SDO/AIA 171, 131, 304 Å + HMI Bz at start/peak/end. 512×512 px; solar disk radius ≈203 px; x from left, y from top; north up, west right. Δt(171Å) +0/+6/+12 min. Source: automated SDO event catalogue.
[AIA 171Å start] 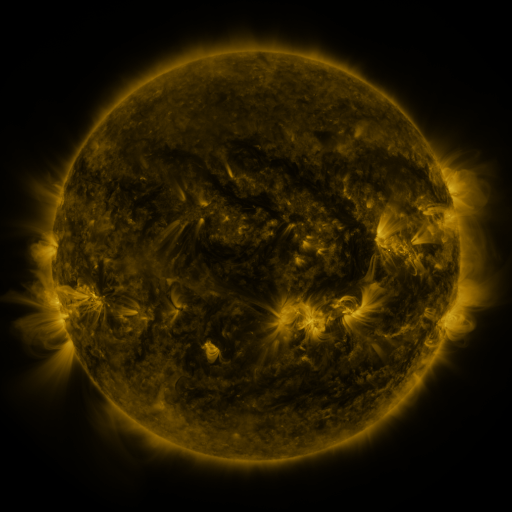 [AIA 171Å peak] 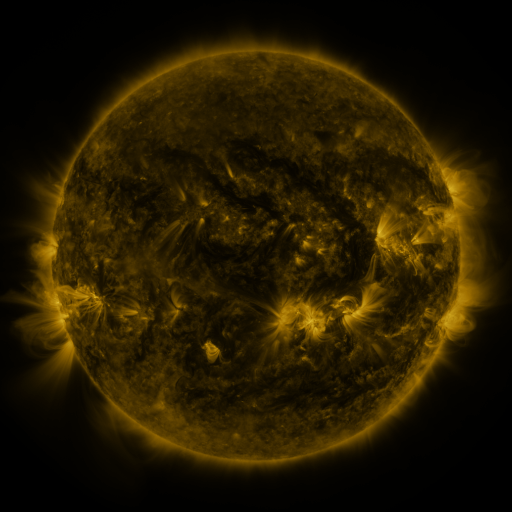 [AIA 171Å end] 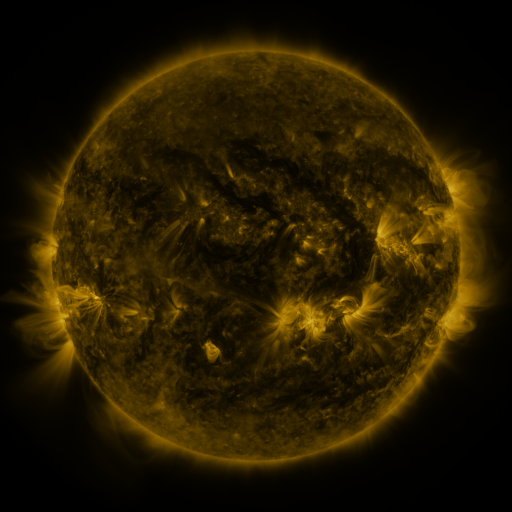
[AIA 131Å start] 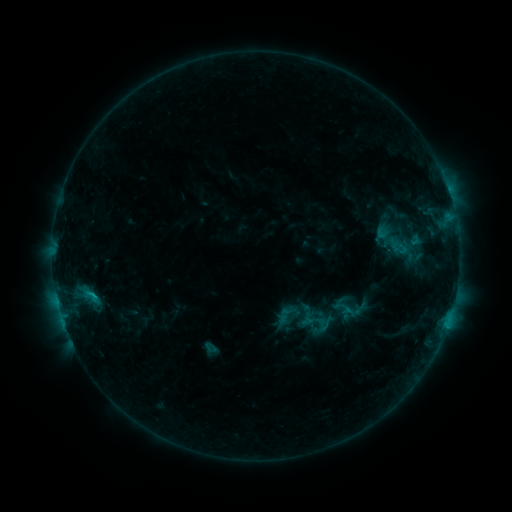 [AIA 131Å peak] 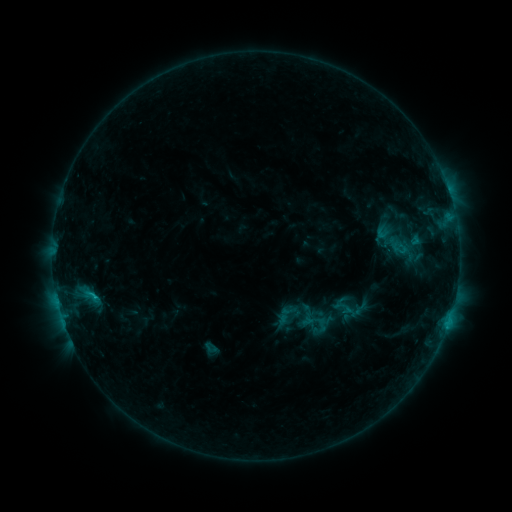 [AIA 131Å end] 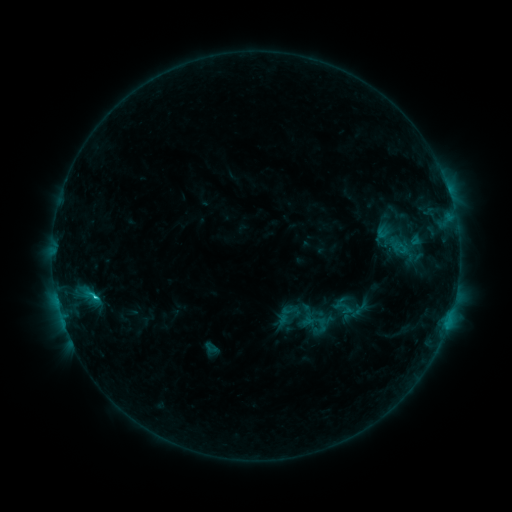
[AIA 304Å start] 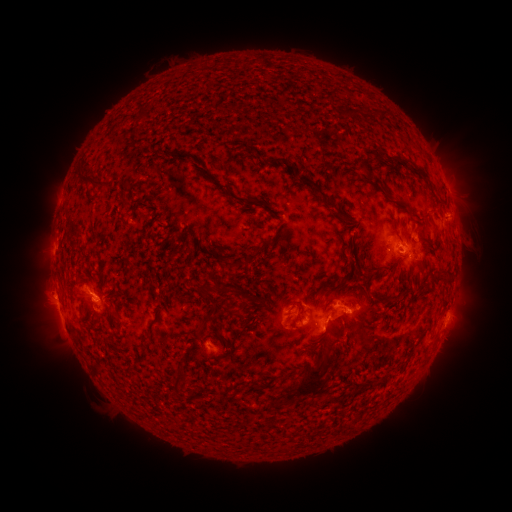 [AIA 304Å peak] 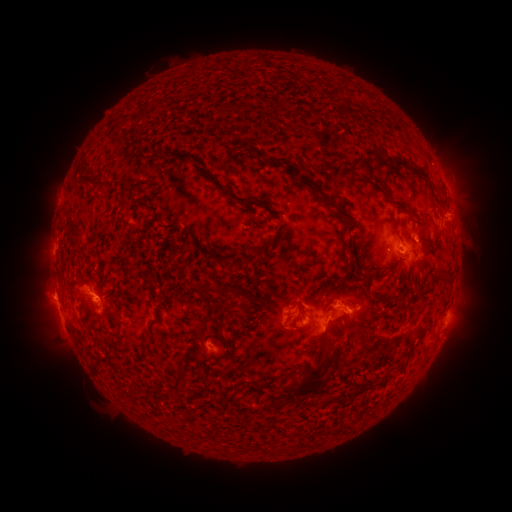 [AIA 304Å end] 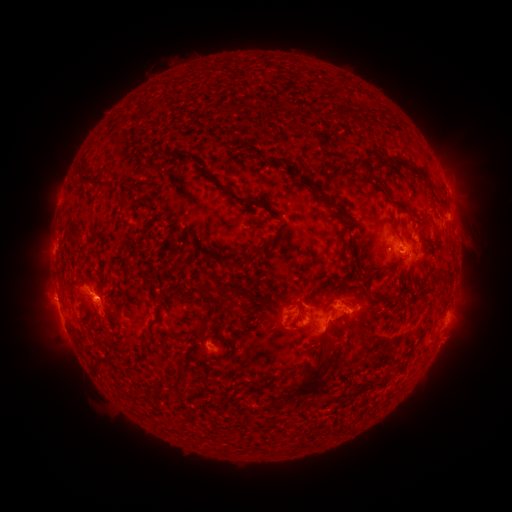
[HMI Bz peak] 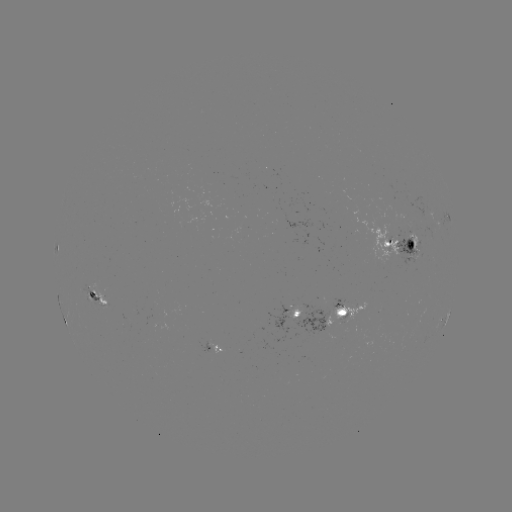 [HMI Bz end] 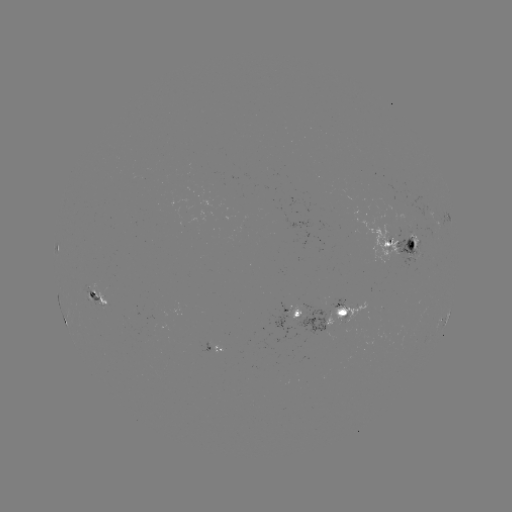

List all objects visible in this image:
eruption: (50, 297)
